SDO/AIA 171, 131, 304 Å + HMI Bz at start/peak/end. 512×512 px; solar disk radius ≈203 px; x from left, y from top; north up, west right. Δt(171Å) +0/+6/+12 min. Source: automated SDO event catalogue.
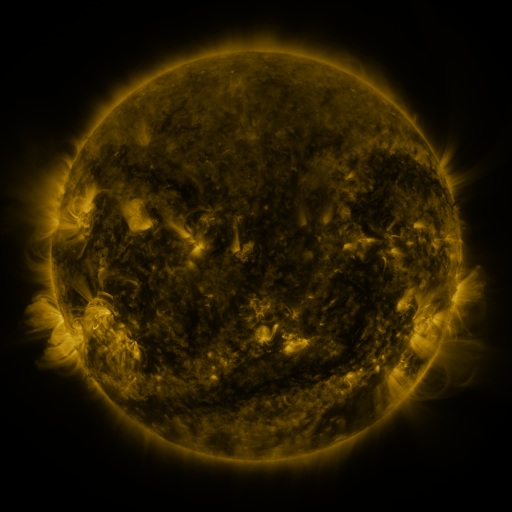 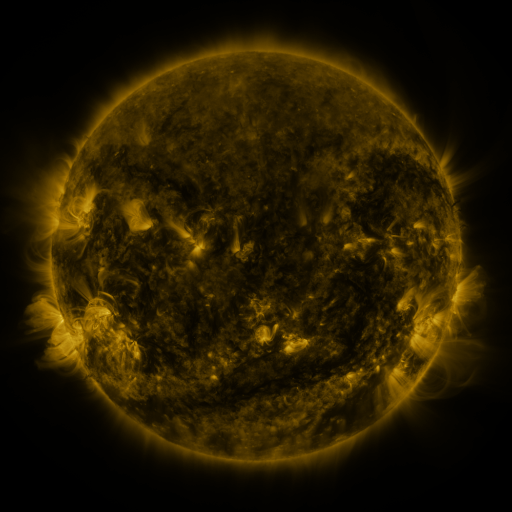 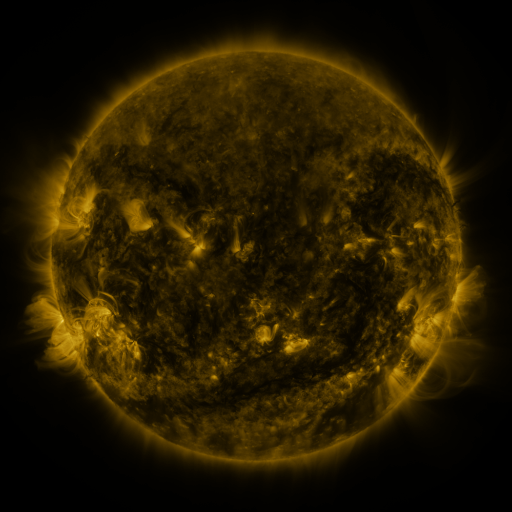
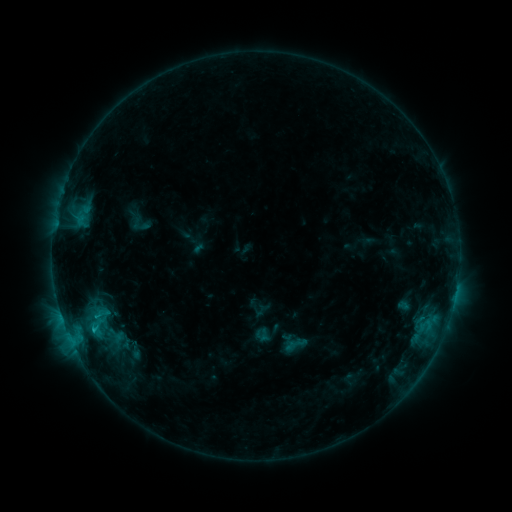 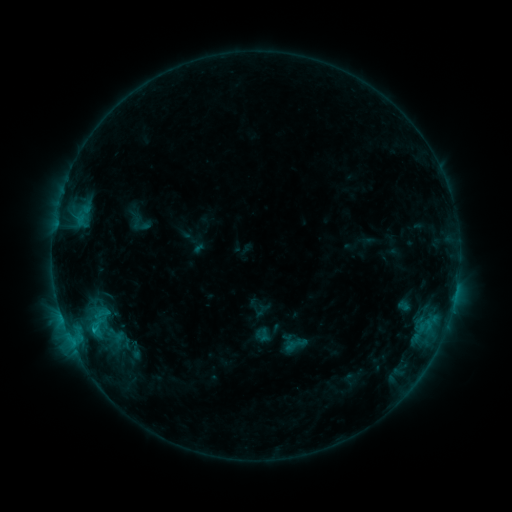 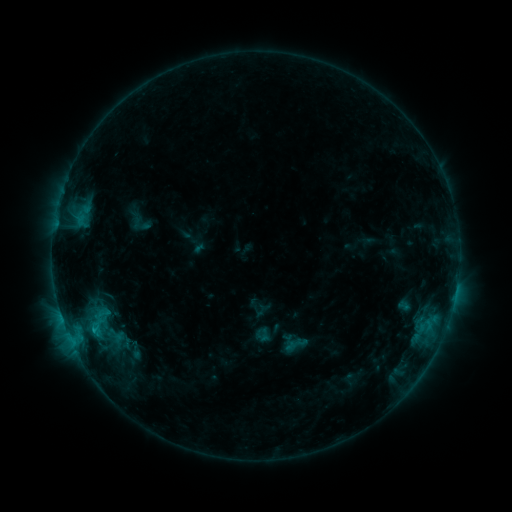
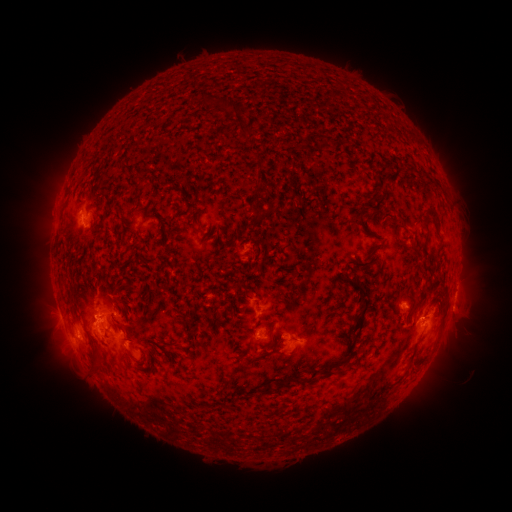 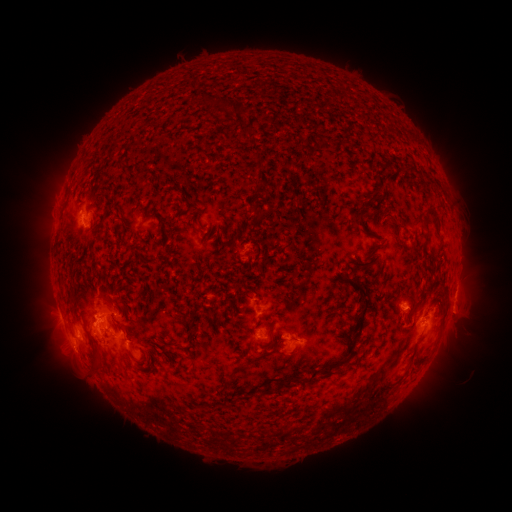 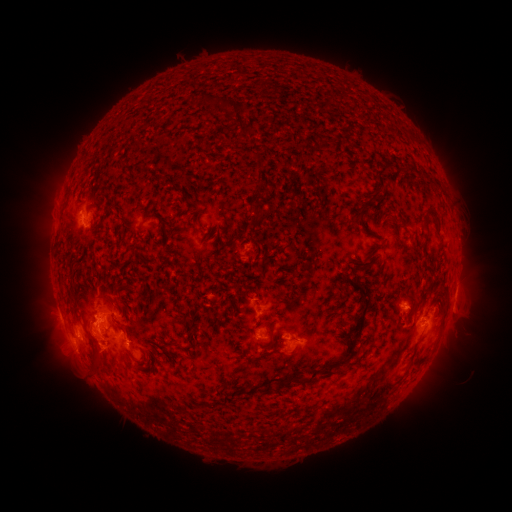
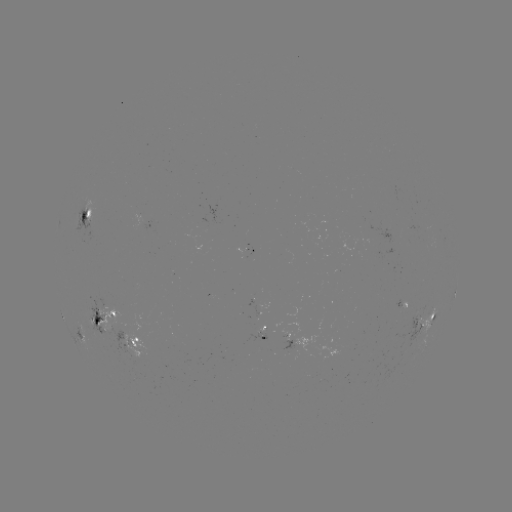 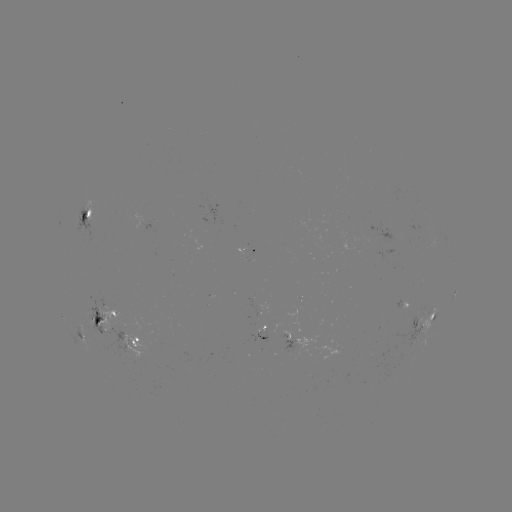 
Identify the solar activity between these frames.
eruption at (102, 355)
